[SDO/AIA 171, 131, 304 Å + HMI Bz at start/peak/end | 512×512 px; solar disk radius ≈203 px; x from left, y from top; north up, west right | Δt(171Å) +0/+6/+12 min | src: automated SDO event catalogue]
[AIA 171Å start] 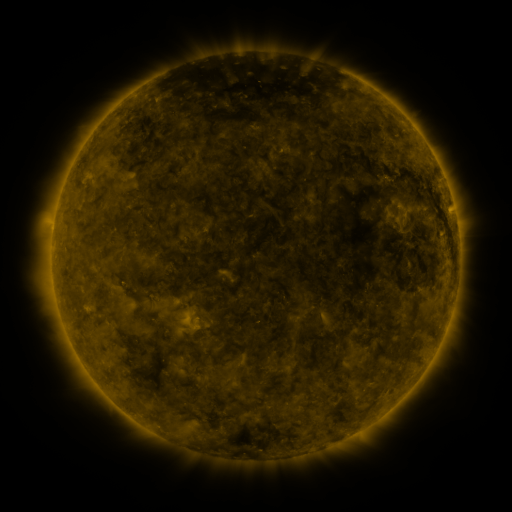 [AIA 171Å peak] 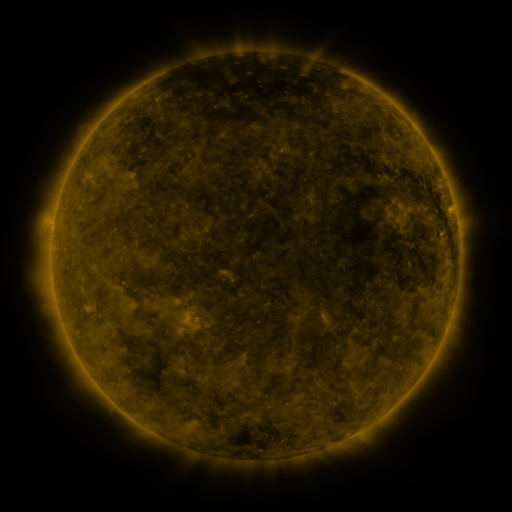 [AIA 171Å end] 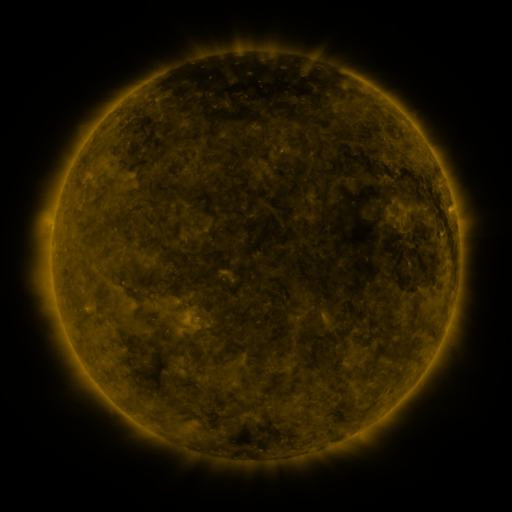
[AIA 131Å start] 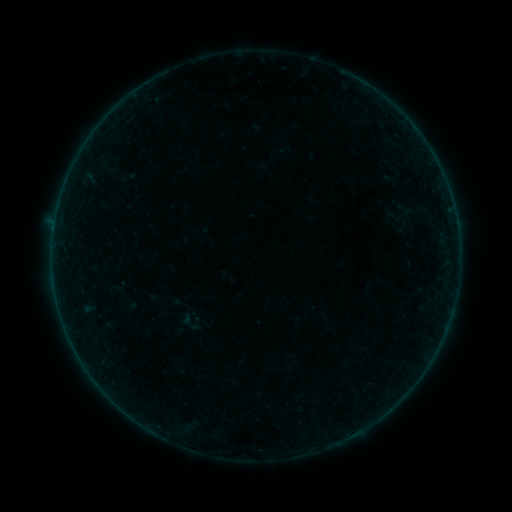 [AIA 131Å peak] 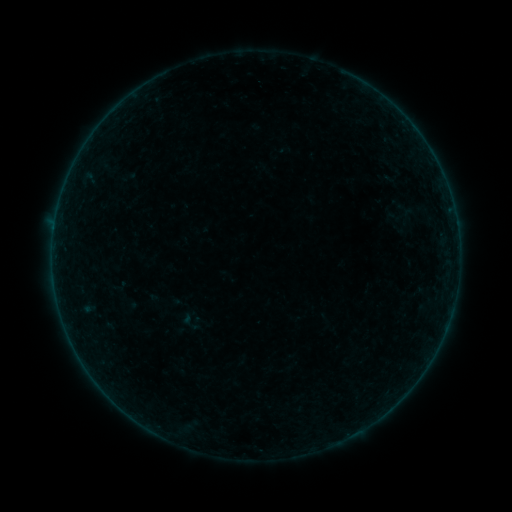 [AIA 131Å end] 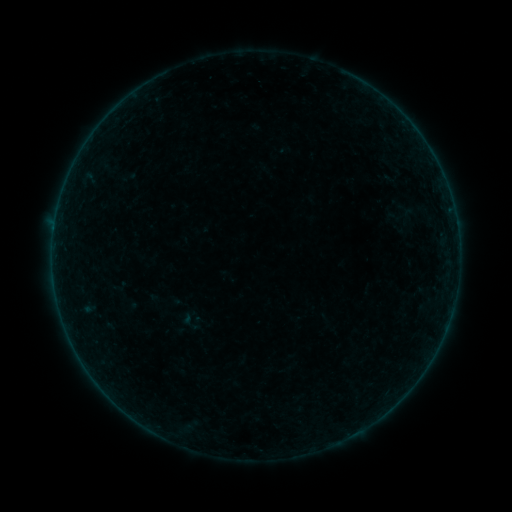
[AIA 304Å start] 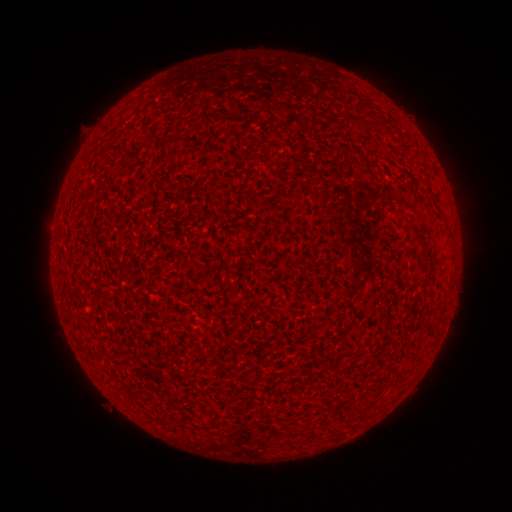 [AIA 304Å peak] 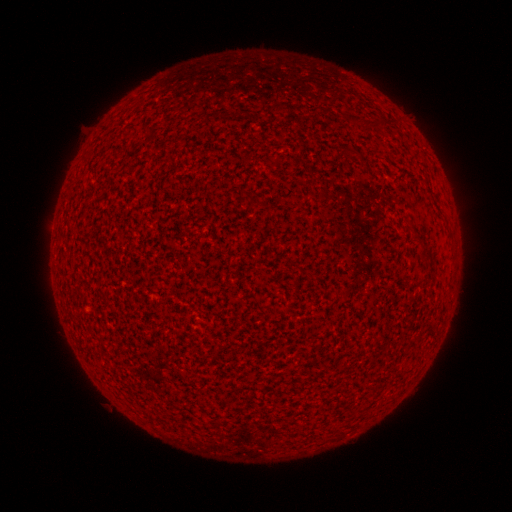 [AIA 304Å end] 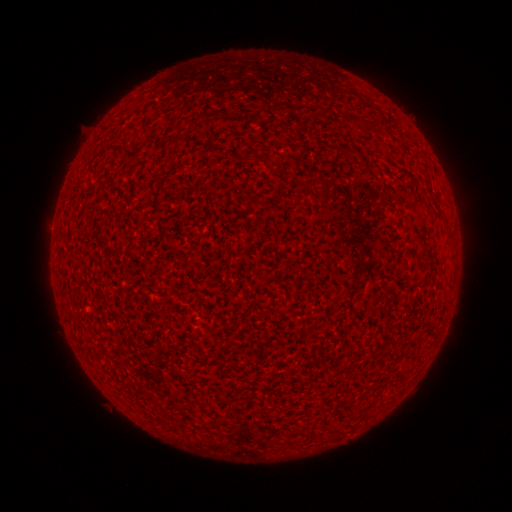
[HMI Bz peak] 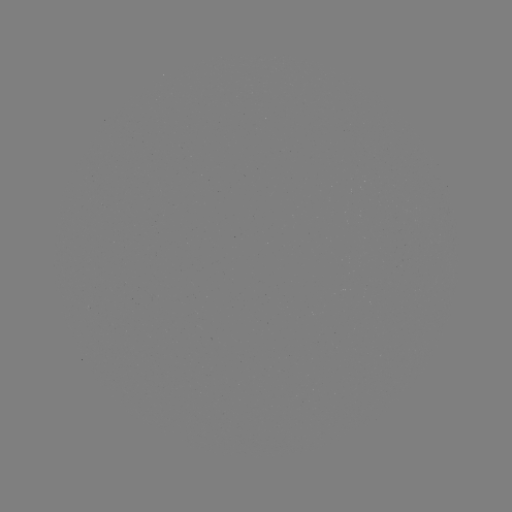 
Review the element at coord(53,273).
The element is A1.1 flare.